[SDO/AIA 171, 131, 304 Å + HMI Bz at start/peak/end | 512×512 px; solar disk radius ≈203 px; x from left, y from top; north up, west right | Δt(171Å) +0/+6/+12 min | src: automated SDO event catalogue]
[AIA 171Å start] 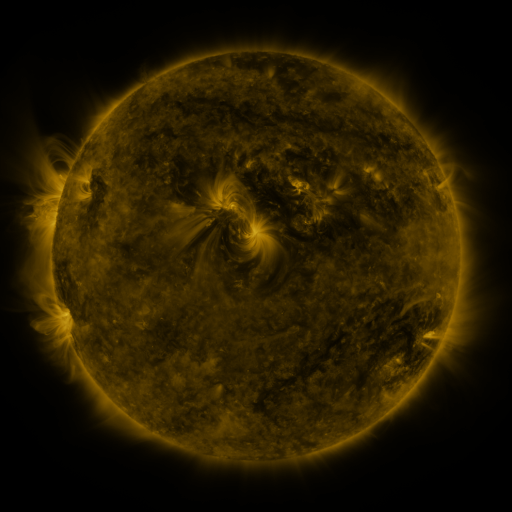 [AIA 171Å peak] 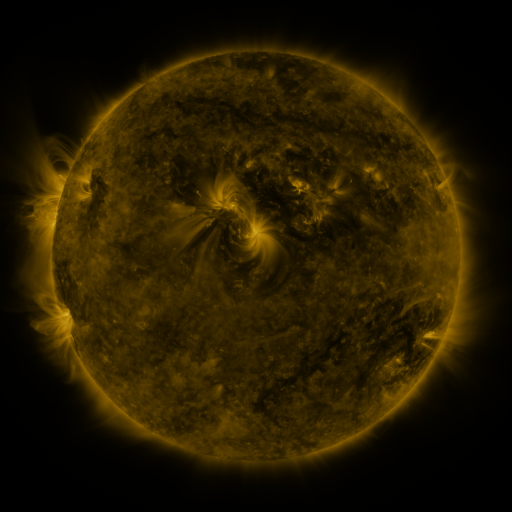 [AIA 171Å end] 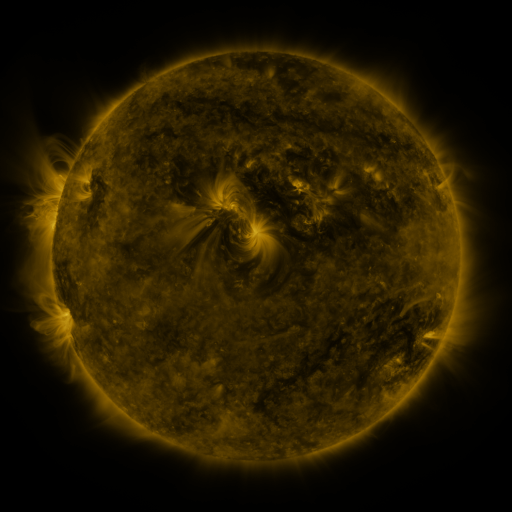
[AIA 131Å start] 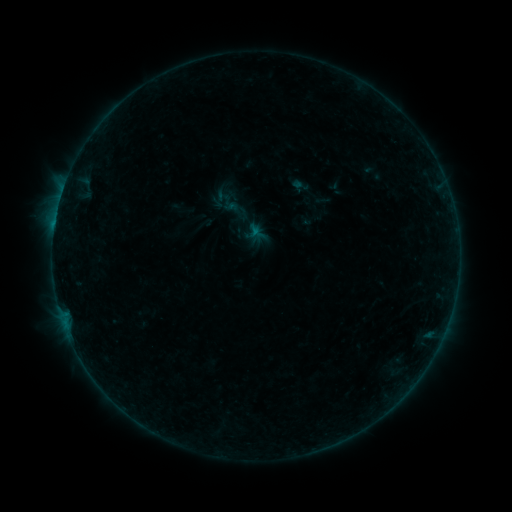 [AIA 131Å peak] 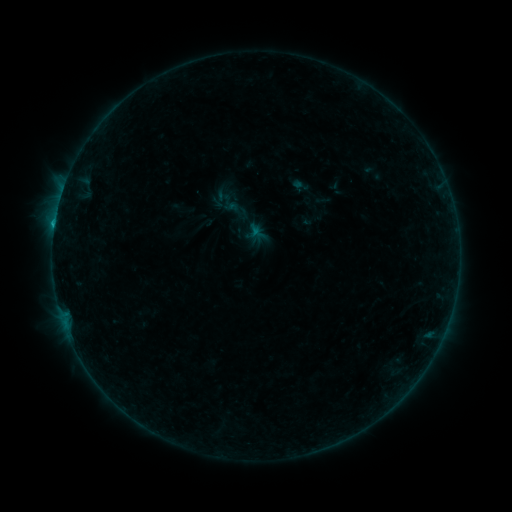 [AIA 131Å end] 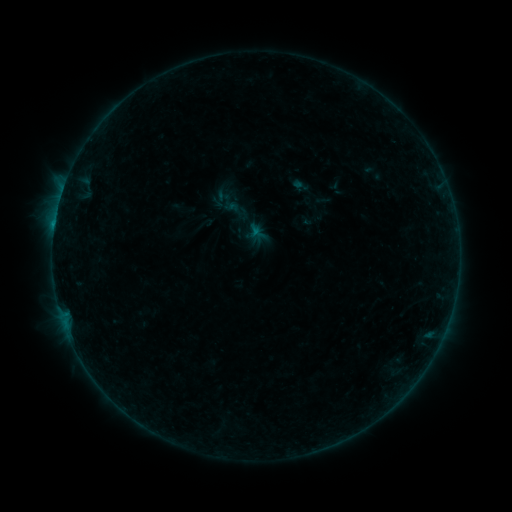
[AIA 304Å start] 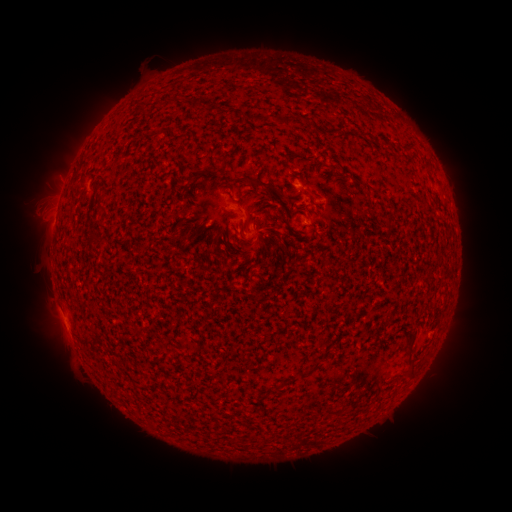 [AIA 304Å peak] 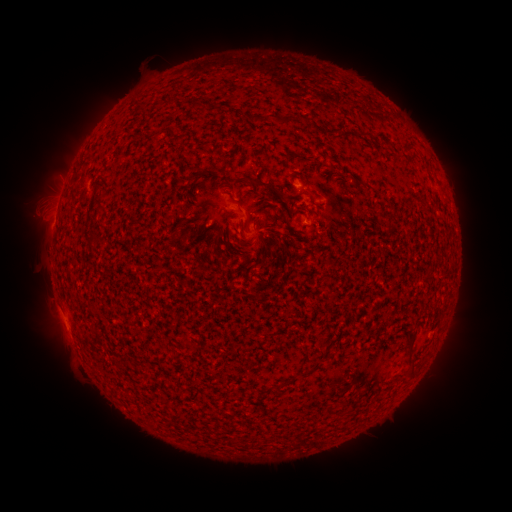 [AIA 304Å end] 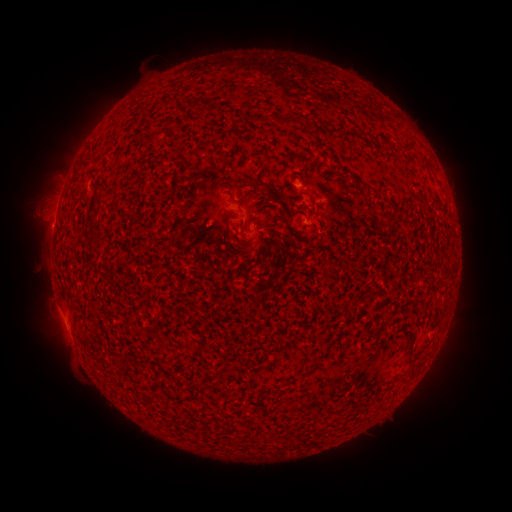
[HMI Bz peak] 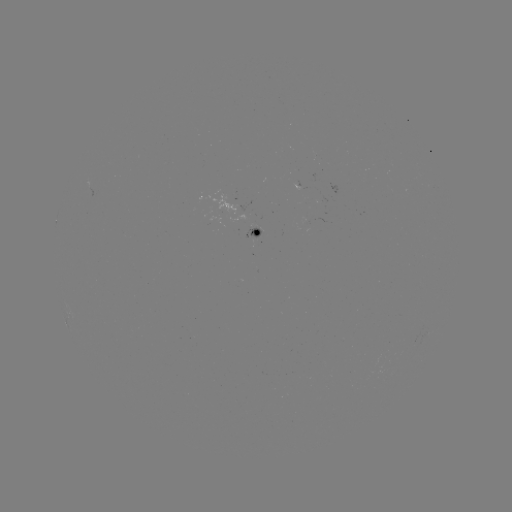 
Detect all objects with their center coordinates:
B3.4 flare: (55, 225)
